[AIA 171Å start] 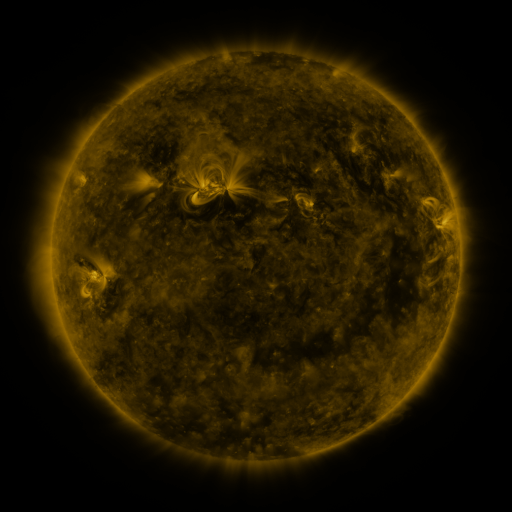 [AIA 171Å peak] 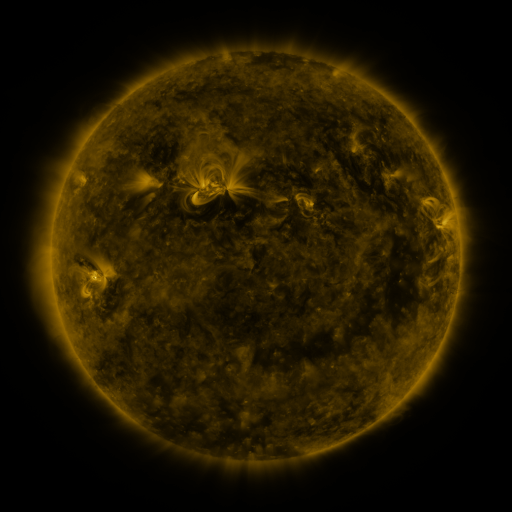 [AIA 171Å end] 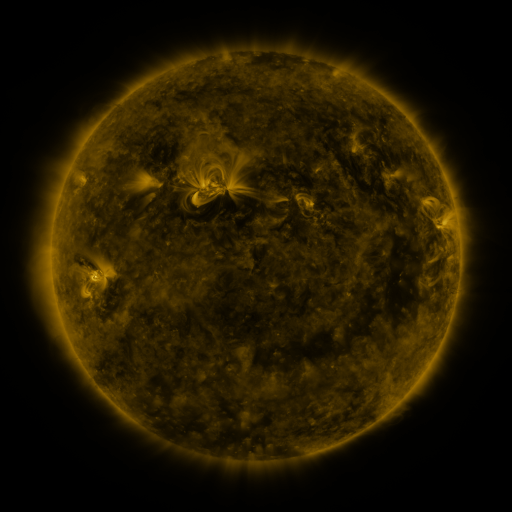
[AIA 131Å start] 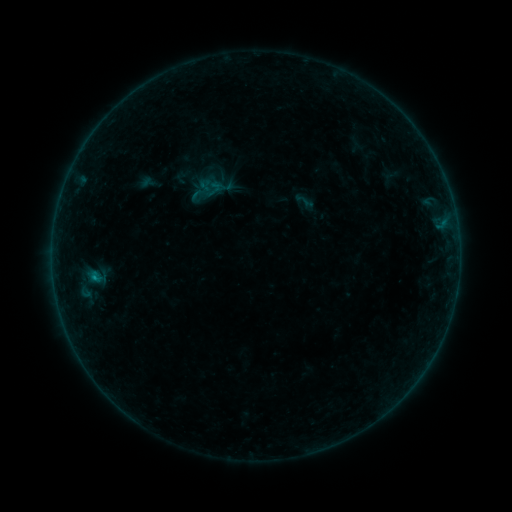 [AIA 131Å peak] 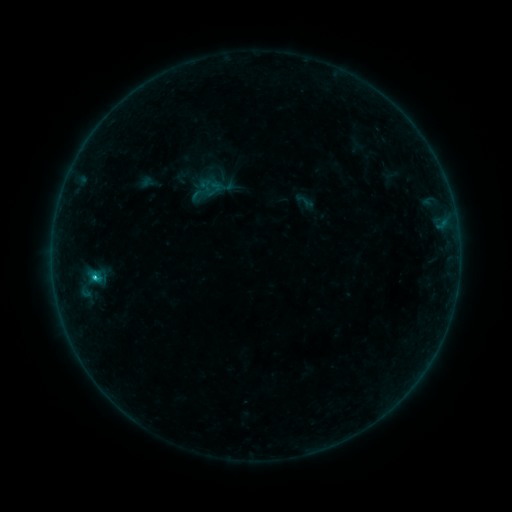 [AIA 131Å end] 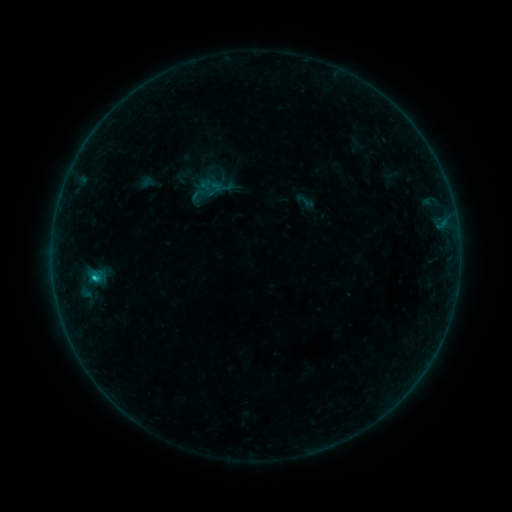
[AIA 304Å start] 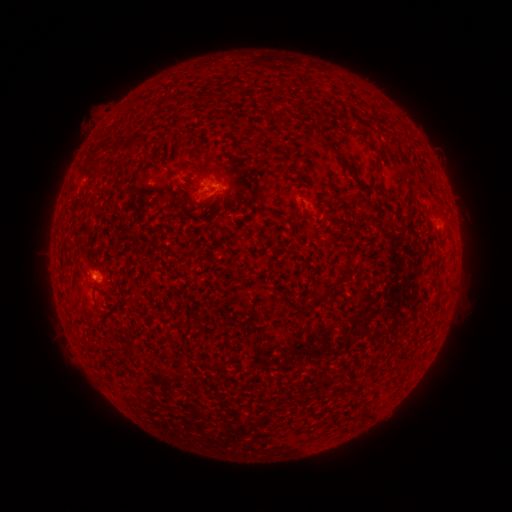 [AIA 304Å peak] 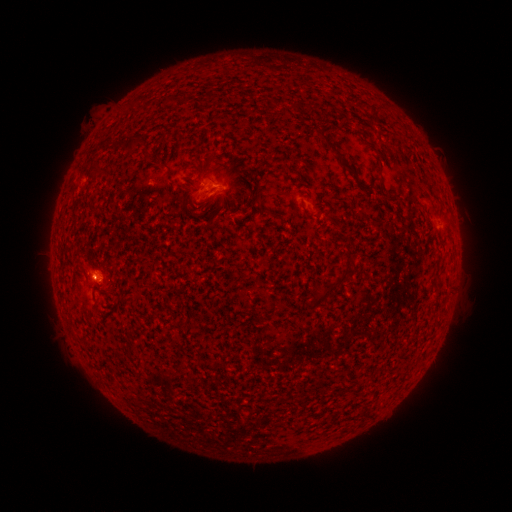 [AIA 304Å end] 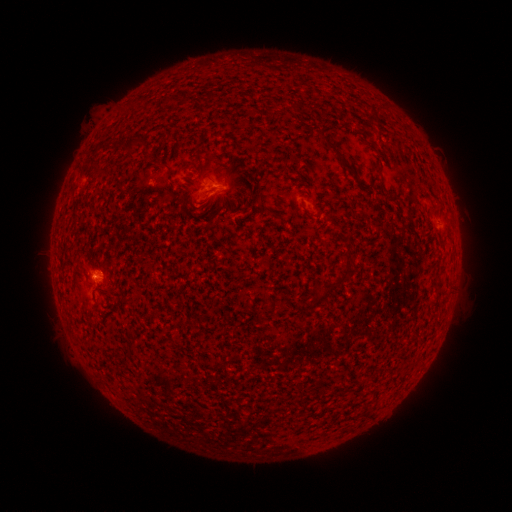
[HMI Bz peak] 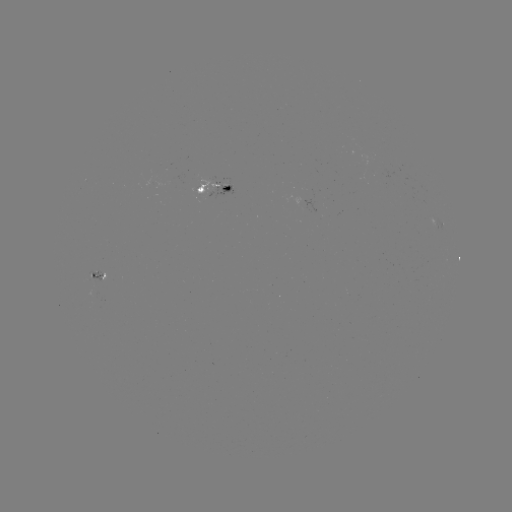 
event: flare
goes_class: C1.0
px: (95, 276)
